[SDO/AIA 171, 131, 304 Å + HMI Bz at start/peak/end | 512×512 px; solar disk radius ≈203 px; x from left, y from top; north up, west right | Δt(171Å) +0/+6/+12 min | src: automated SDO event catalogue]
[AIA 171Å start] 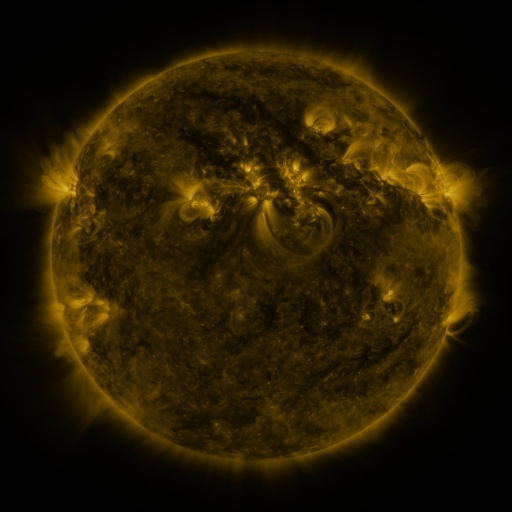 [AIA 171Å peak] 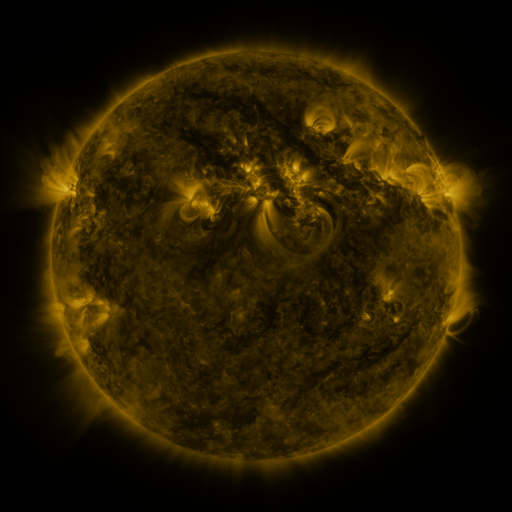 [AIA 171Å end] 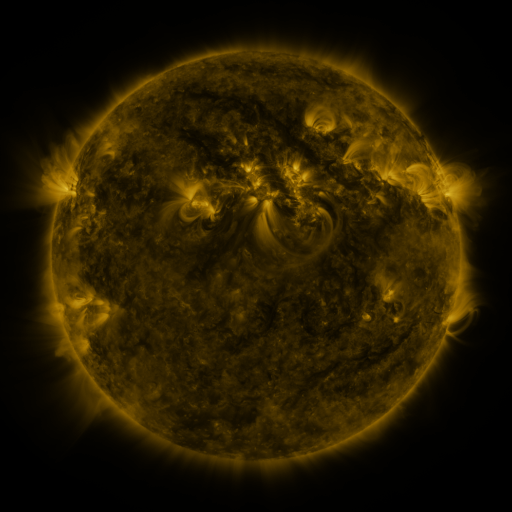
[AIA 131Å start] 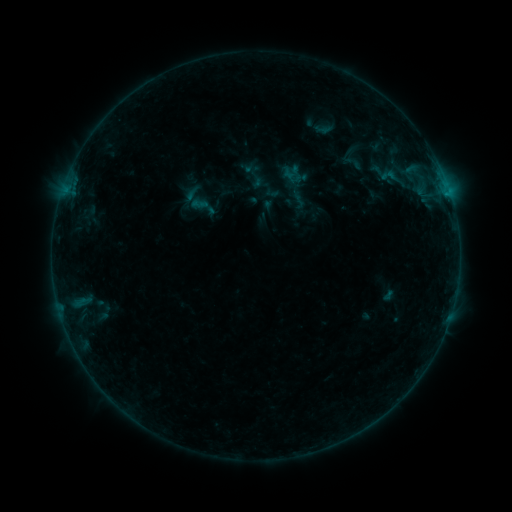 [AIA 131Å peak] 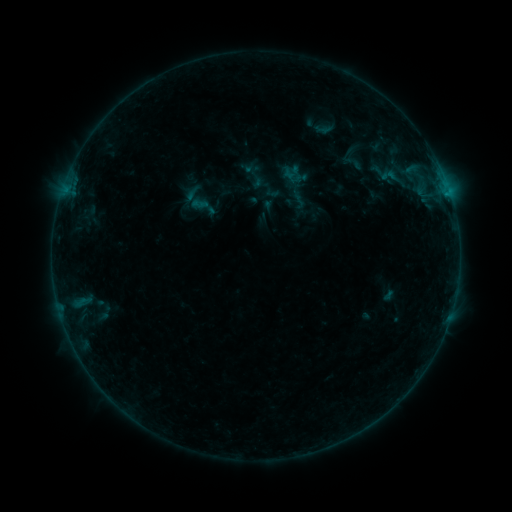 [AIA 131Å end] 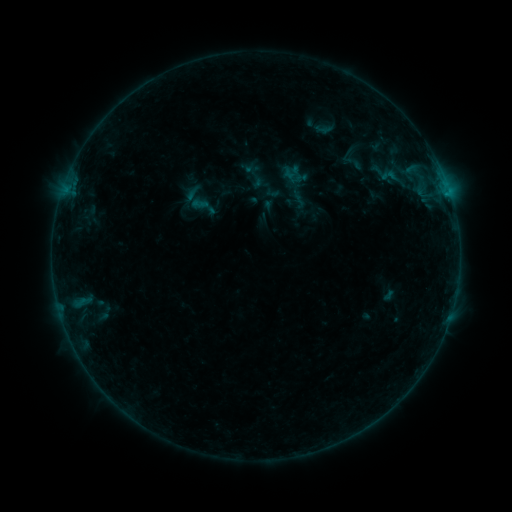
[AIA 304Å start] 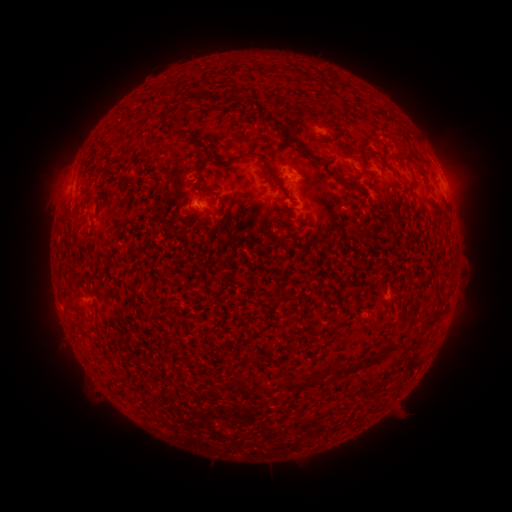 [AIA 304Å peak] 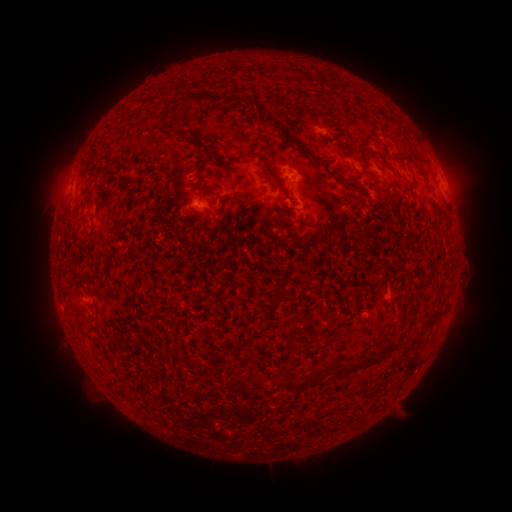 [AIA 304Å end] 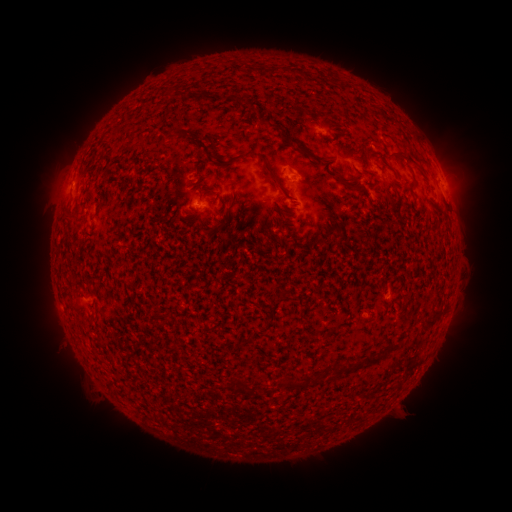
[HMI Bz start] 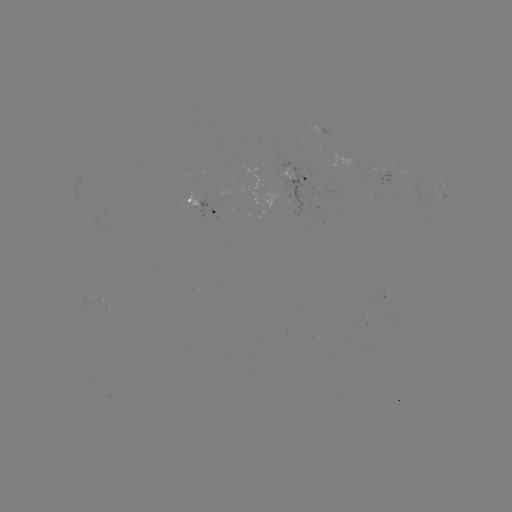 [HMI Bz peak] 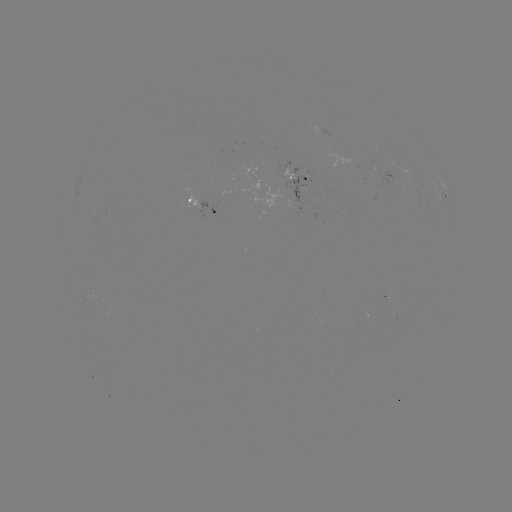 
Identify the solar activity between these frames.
nothing was catalogued: no classed flare, no EUV trigger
